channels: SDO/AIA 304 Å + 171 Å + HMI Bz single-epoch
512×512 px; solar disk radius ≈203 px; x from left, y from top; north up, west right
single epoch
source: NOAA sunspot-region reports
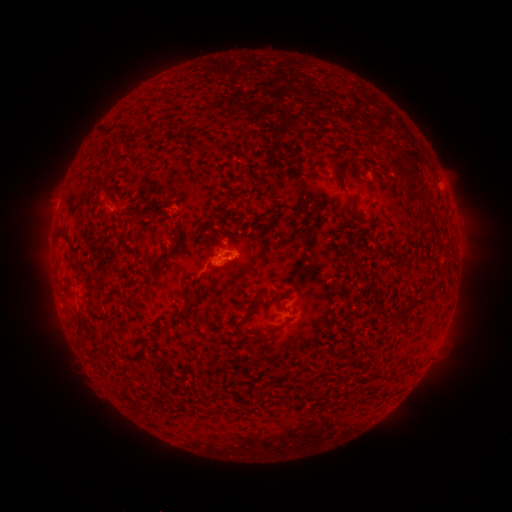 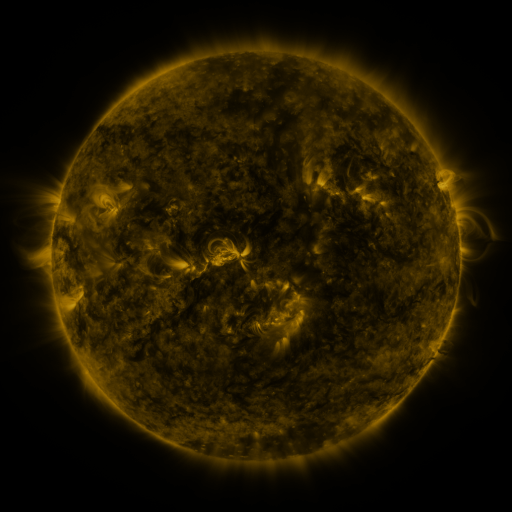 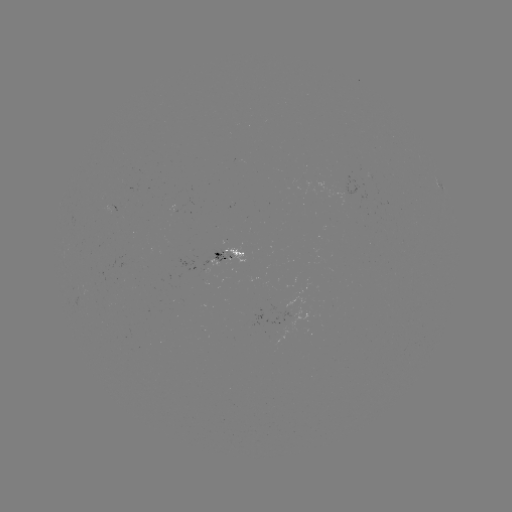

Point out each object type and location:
spotted active region: (439, 183)
spotted active region: (227, 251)
